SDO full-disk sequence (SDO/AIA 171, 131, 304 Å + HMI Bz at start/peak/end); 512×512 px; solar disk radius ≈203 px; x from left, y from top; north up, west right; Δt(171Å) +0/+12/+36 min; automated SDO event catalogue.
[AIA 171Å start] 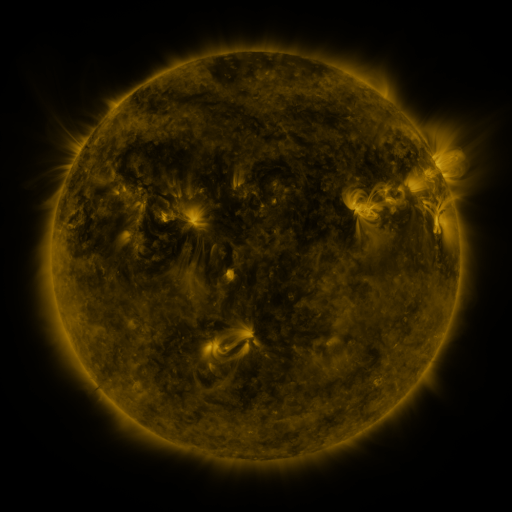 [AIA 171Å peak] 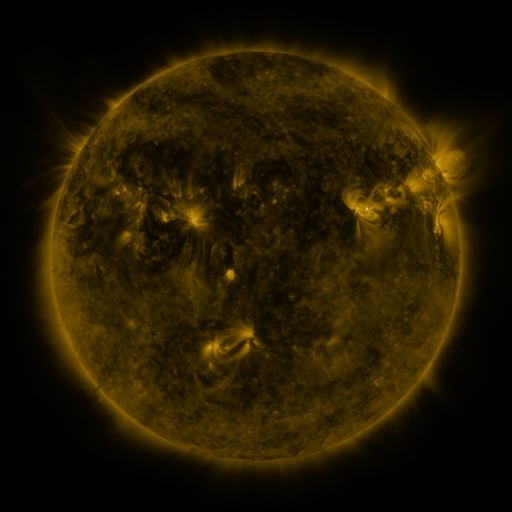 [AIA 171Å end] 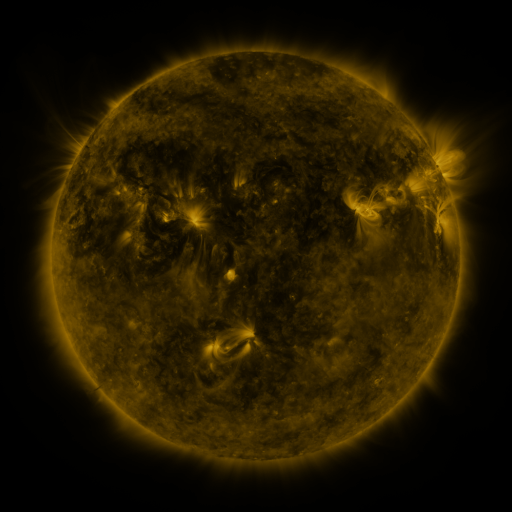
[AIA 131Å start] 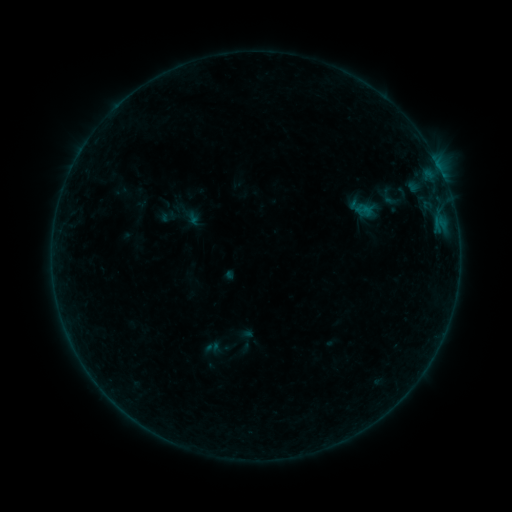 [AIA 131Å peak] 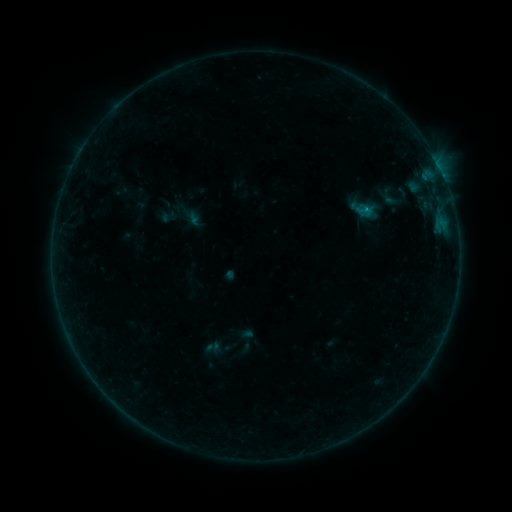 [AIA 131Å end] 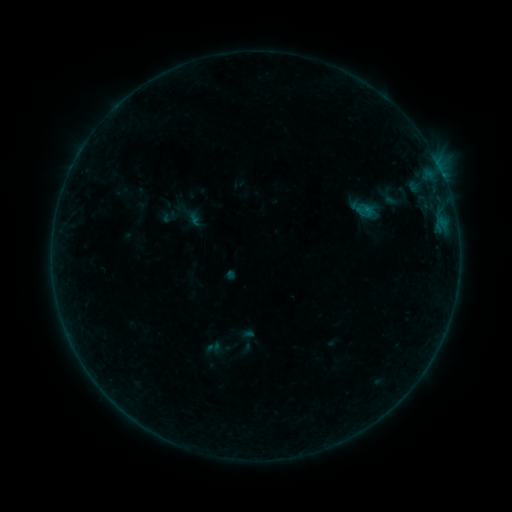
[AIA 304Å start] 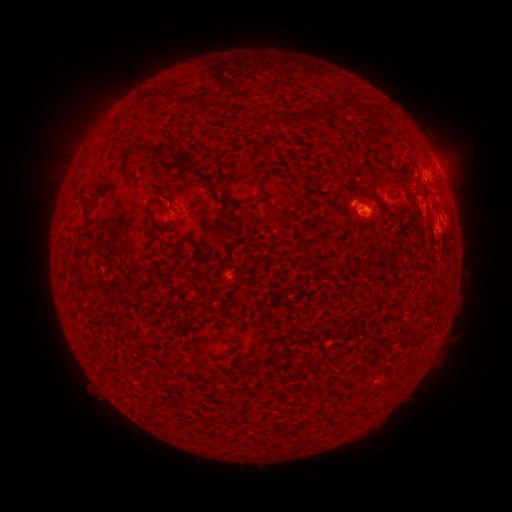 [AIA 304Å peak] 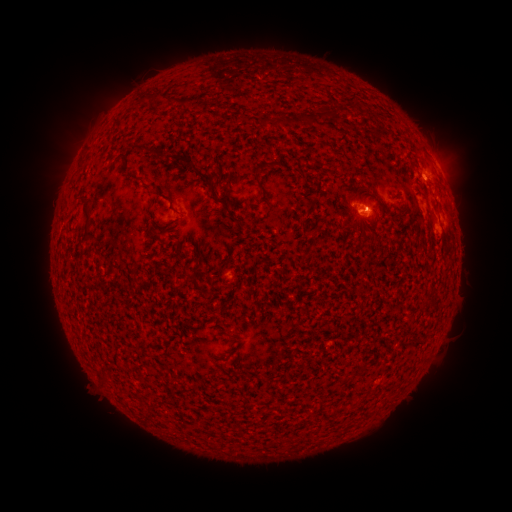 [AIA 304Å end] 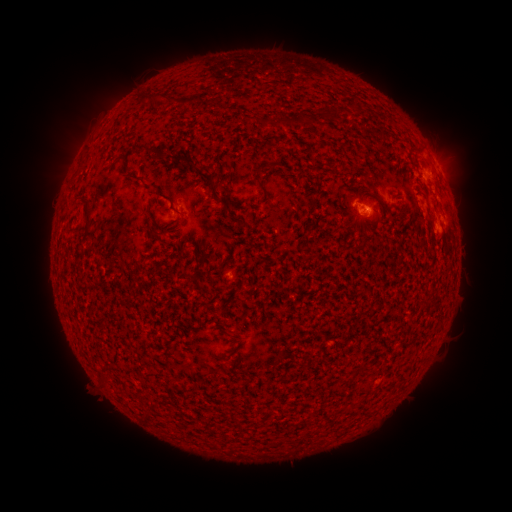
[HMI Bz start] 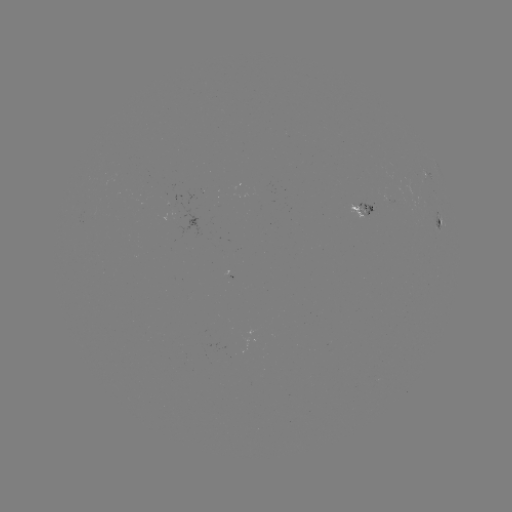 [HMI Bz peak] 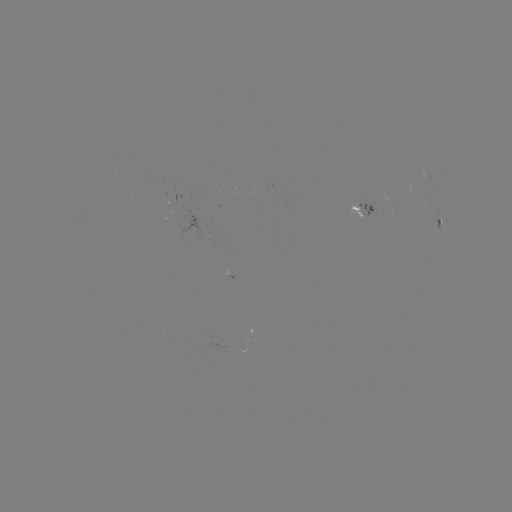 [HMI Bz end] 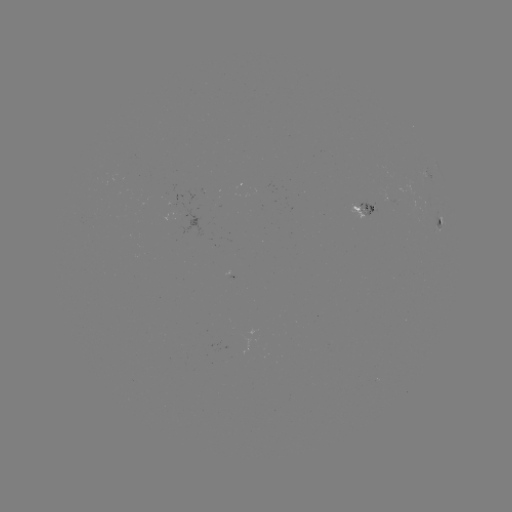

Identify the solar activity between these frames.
B2.5 flare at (364, 213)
